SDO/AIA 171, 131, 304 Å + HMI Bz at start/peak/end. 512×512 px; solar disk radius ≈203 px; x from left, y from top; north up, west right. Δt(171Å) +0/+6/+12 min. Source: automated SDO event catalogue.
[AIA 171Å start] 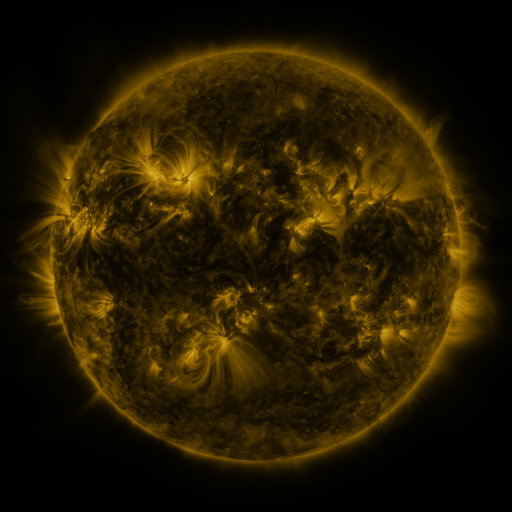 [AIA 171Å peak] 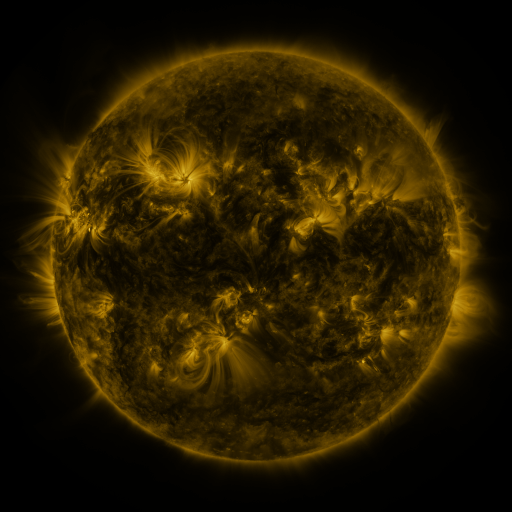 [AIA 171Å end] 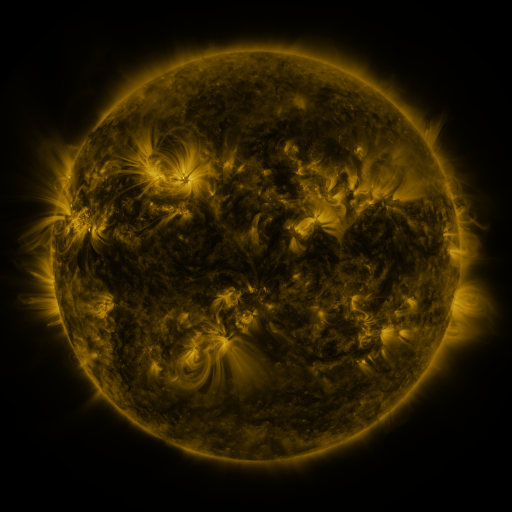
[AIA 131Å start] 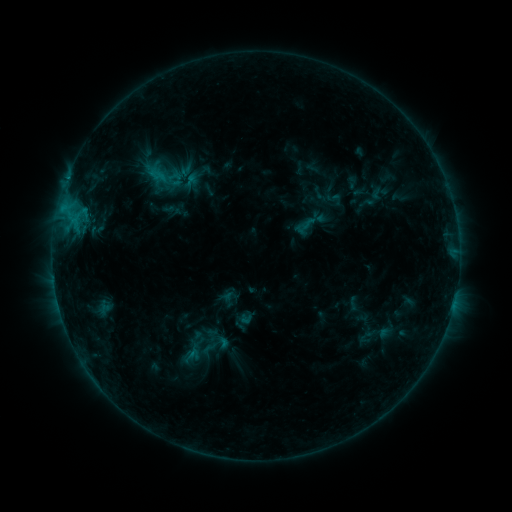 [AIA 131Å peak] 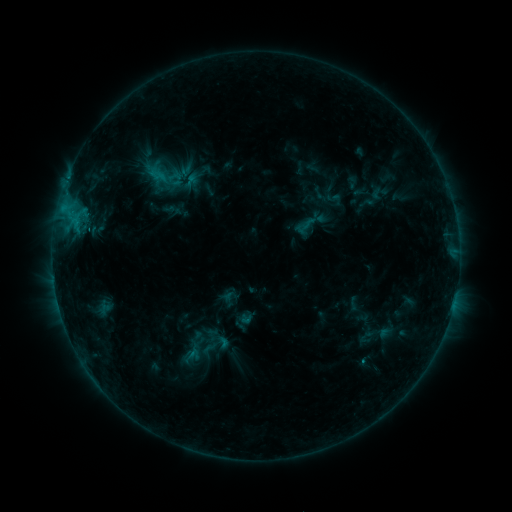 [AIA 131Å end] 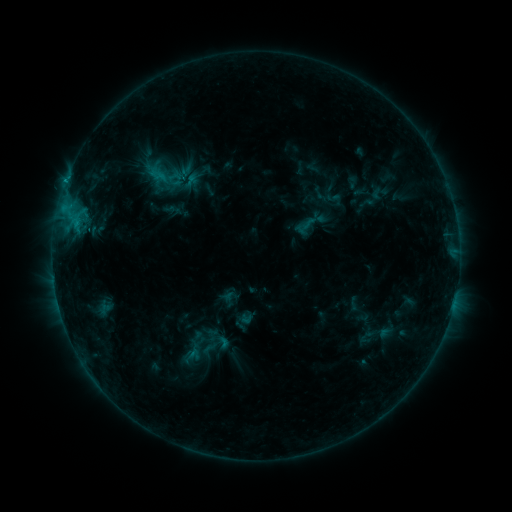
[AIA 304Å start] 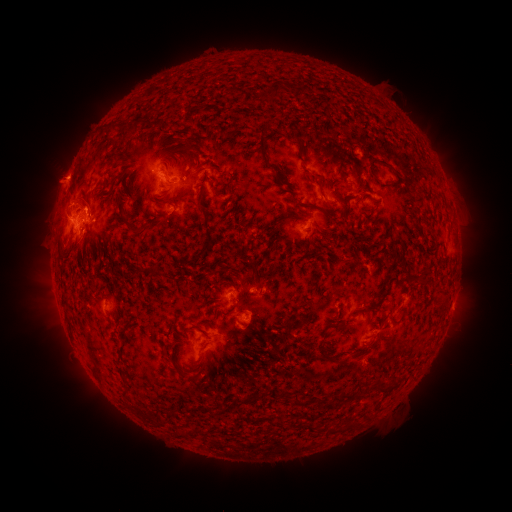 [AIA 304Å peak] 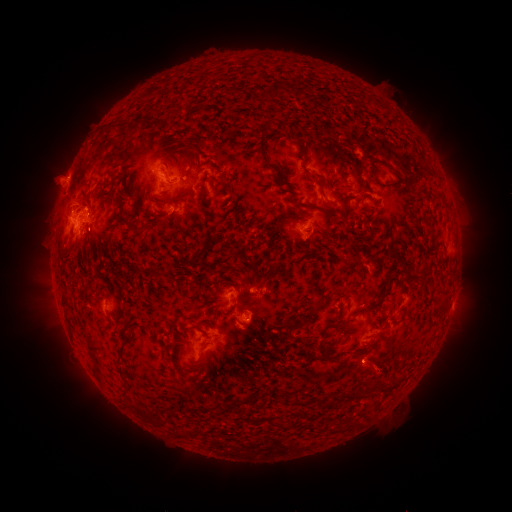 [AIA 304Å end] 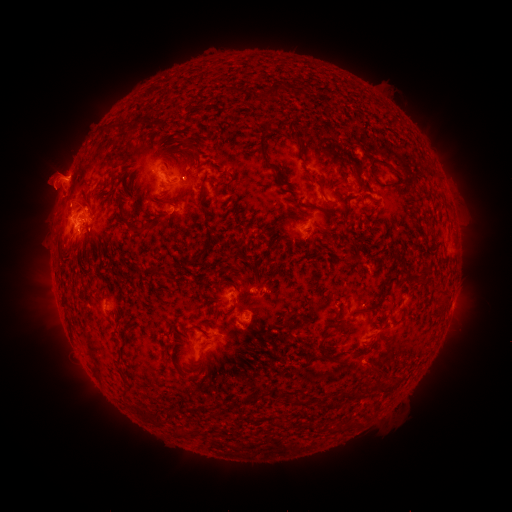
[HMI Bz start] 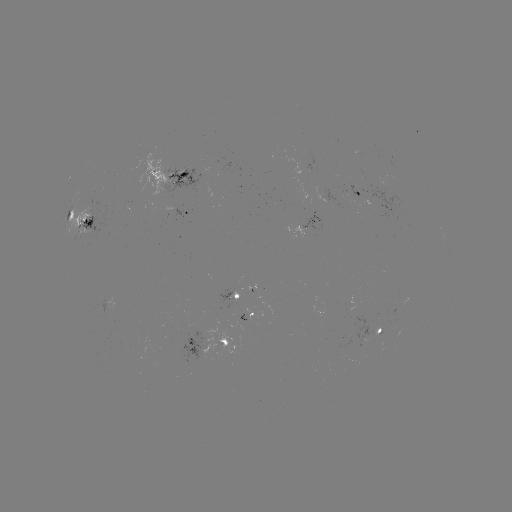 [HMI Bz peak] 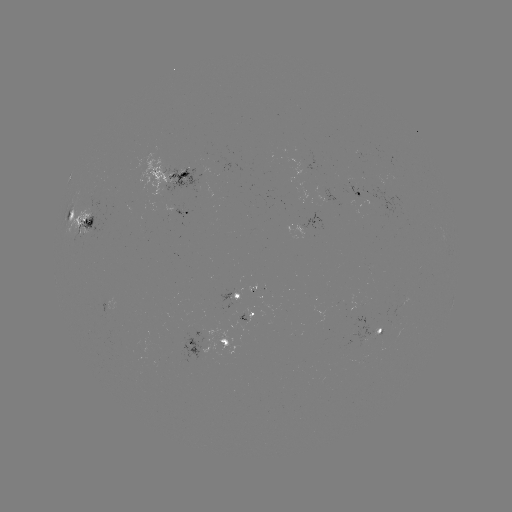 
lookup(eruption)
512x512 [49, 177]